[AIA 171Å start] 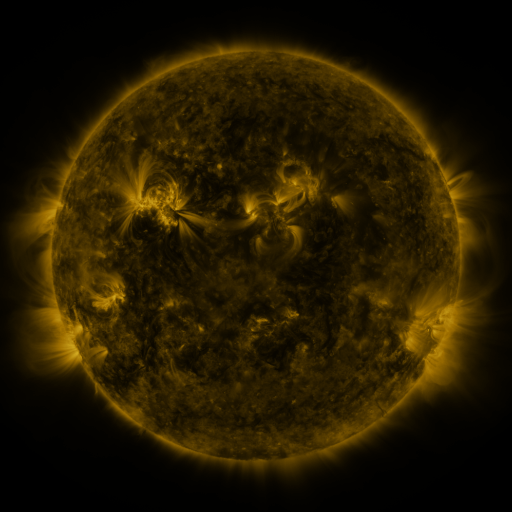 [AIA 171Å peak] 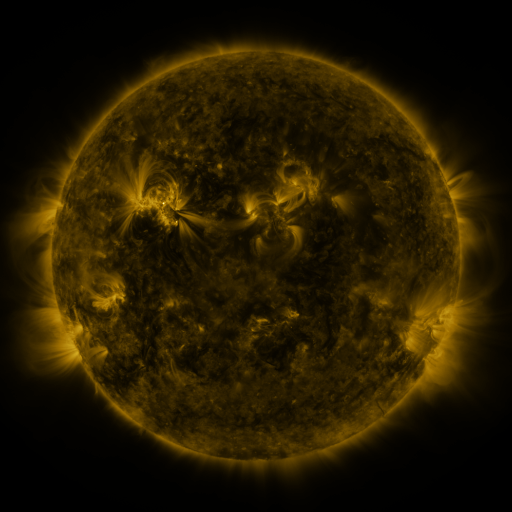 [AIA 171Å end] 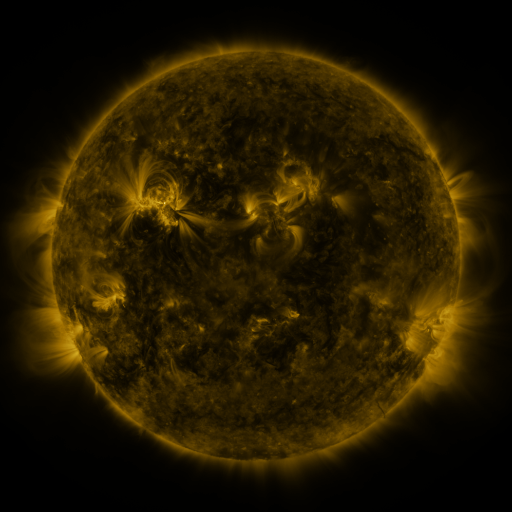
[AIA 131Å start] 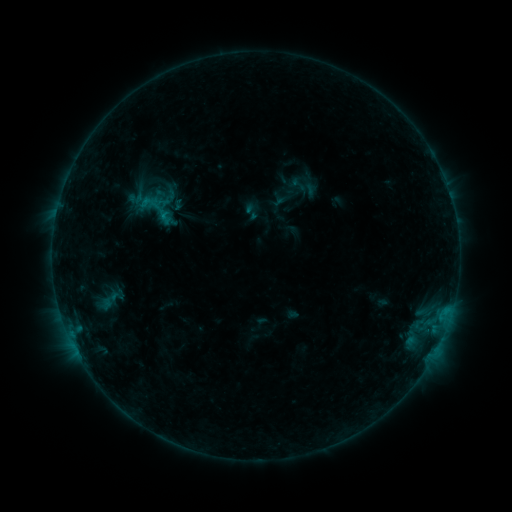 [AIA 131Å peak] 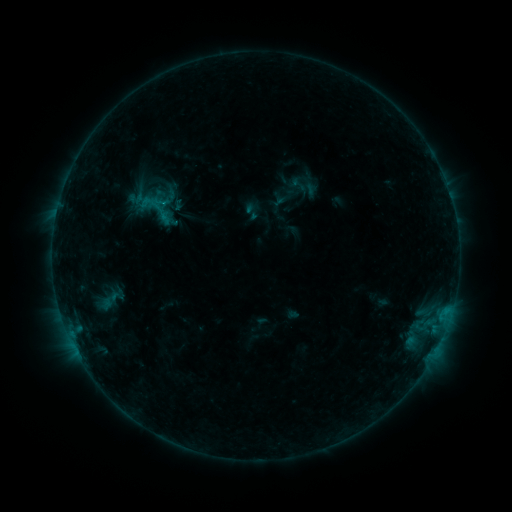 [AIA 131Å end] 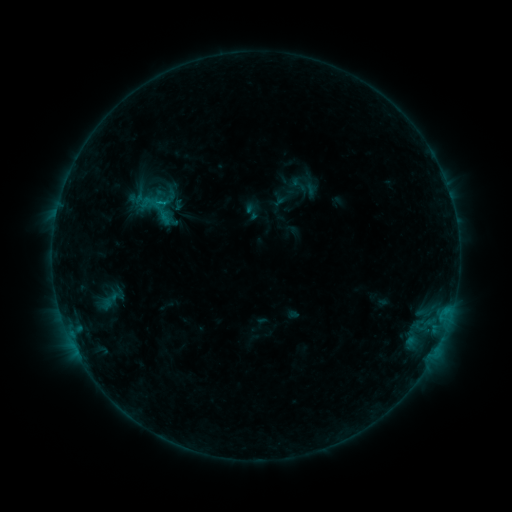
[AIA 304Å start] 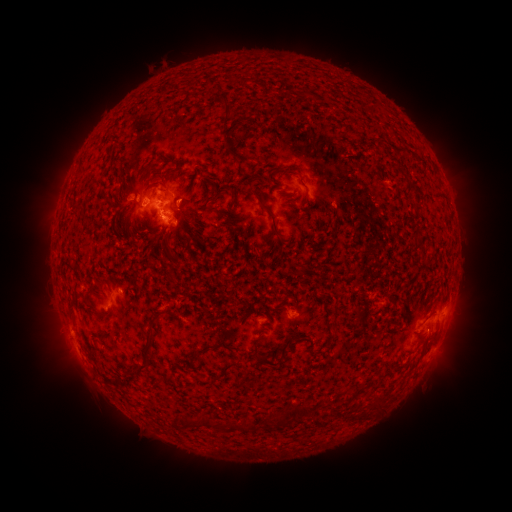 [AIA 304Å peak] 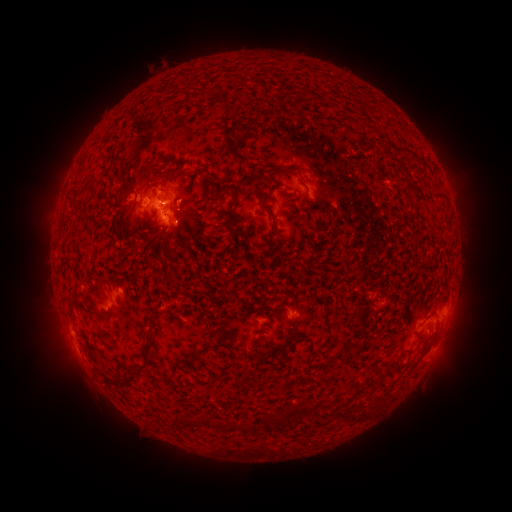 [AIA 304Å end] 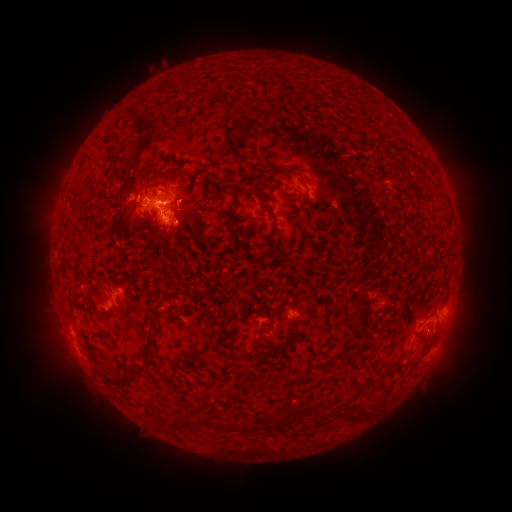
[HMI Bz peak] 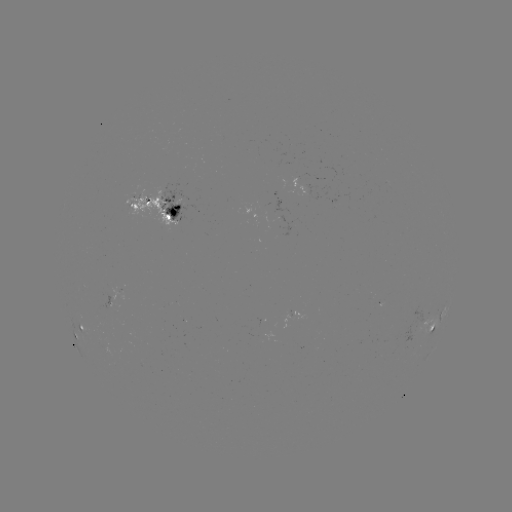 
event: flare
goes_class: C1.3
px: (165, 207)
